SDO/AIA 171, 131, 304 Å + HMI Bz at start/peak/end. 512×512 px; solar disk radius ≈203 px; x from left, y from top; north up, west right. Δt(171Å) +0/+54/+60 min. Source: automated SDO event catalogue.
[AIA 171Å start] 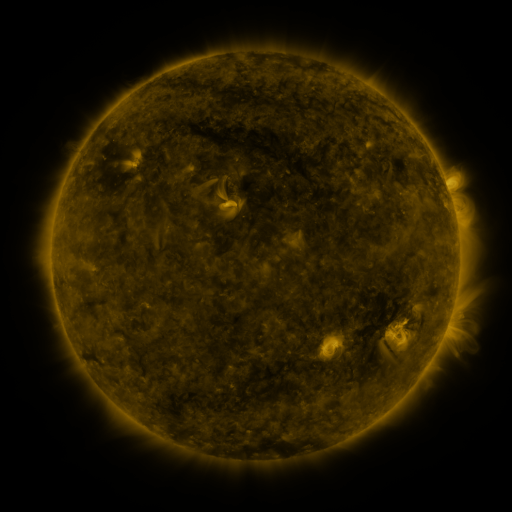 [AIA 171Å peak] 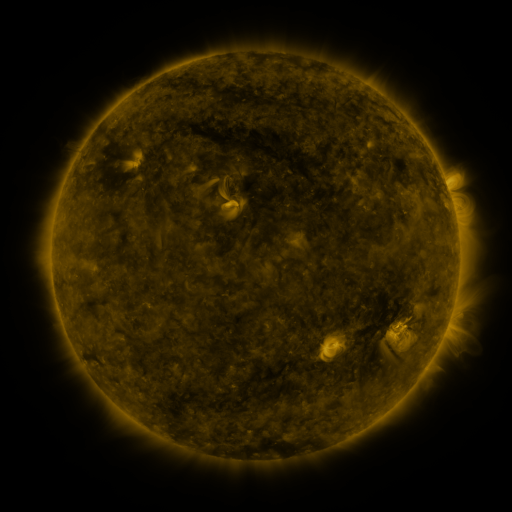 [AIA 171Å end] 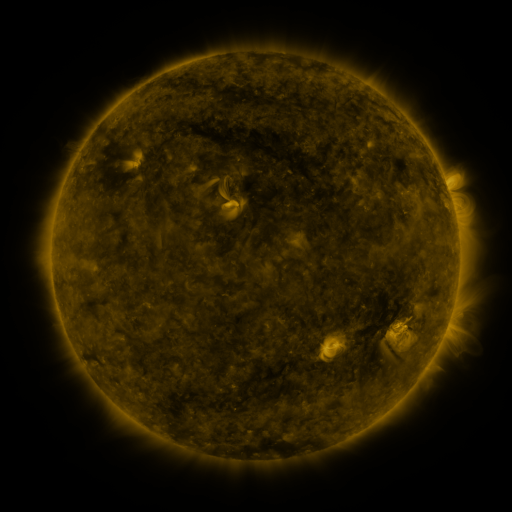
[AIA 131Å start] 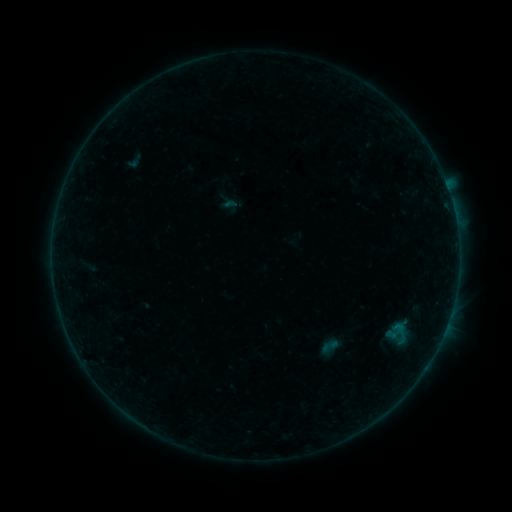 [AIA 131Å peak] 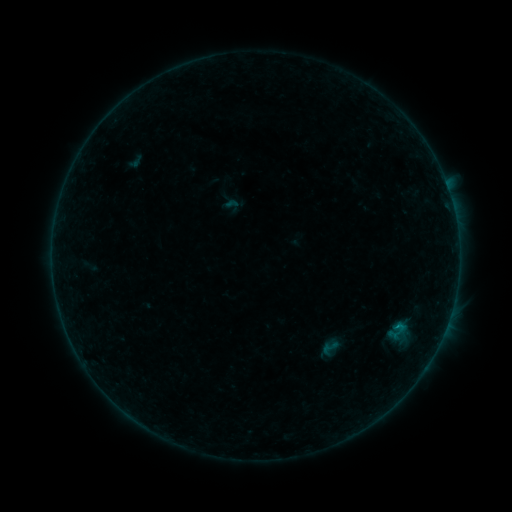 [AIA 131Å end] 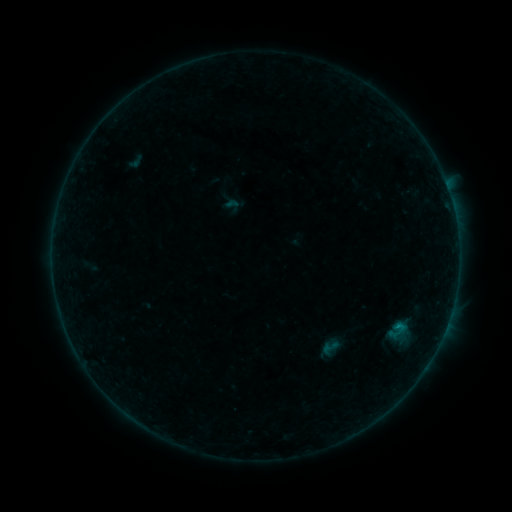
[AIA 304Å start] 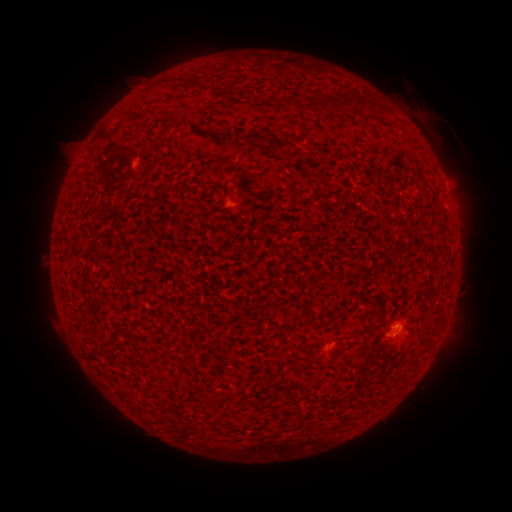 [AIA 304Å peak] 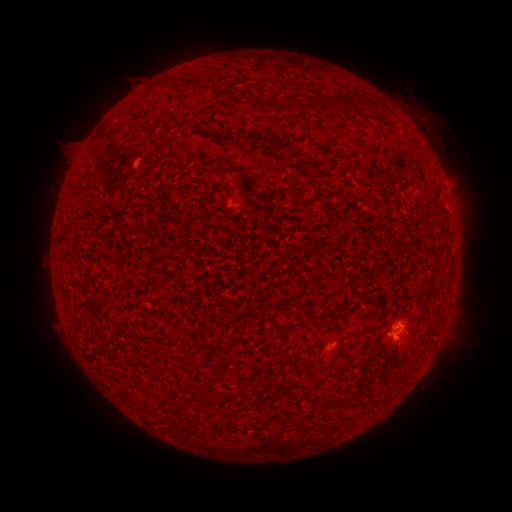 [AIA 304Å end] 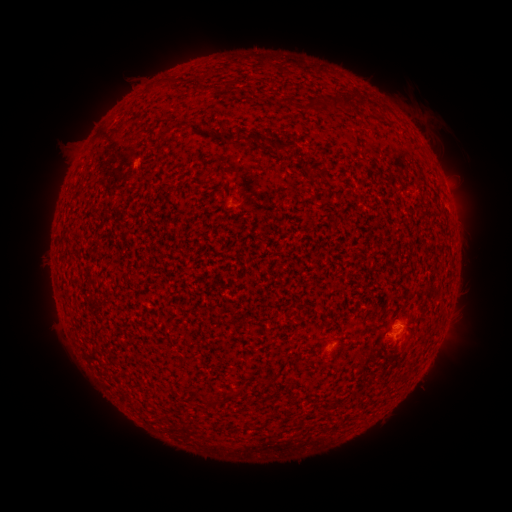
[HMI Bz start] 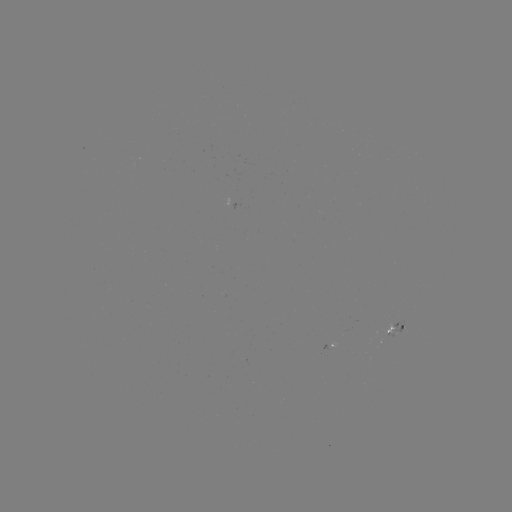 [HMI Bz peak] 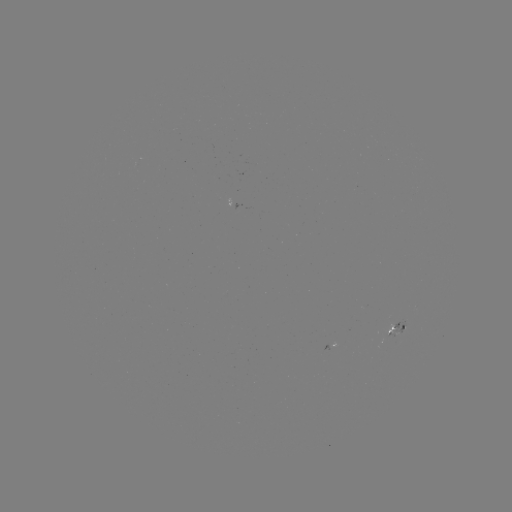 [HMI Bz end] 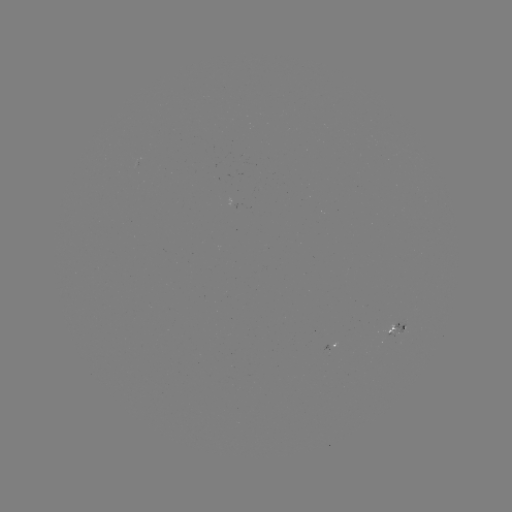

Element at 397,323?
B2.3 flare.